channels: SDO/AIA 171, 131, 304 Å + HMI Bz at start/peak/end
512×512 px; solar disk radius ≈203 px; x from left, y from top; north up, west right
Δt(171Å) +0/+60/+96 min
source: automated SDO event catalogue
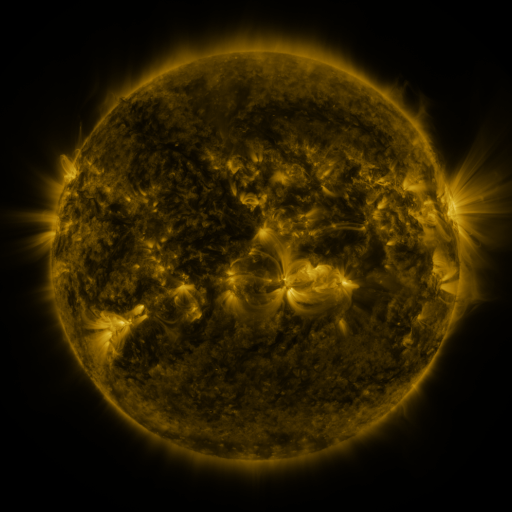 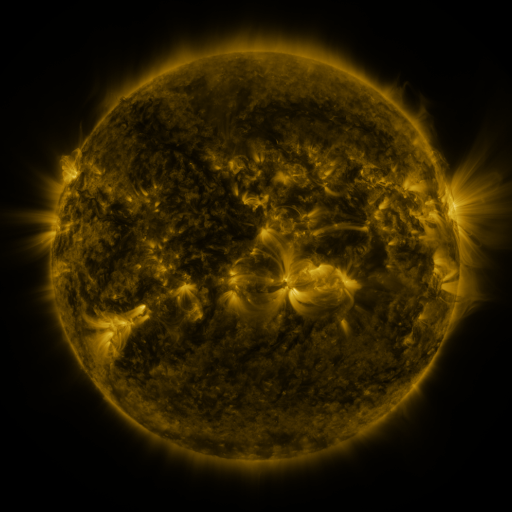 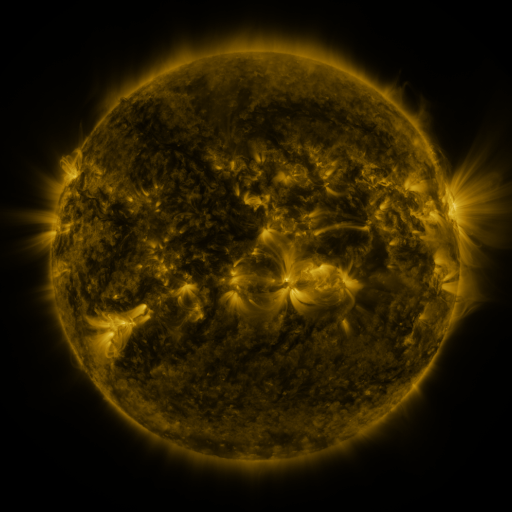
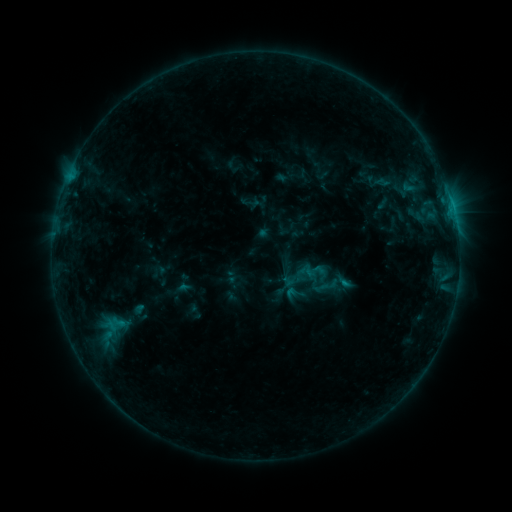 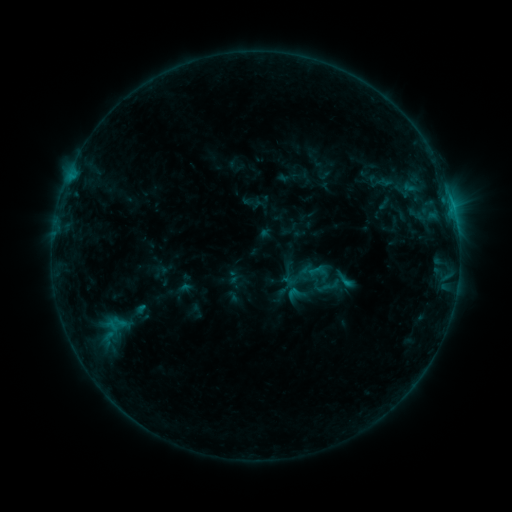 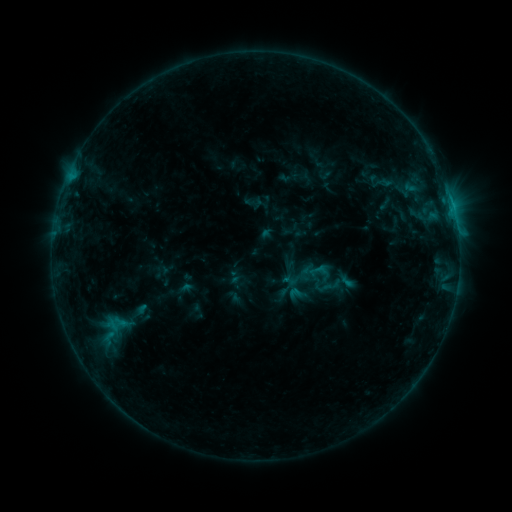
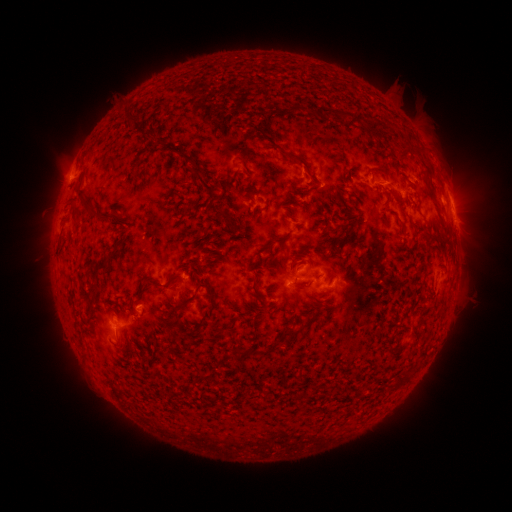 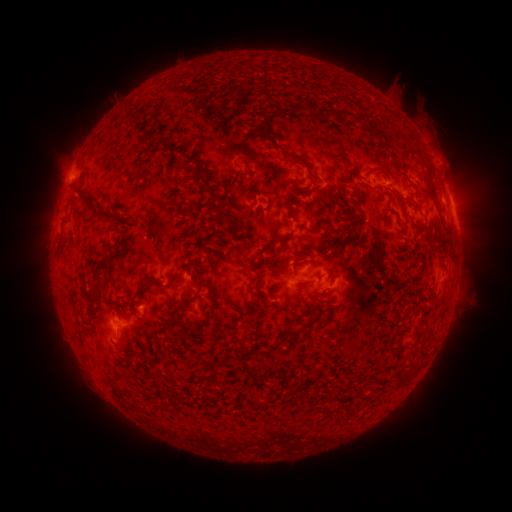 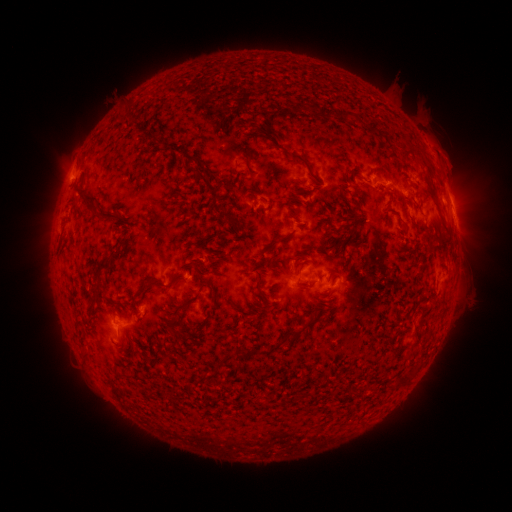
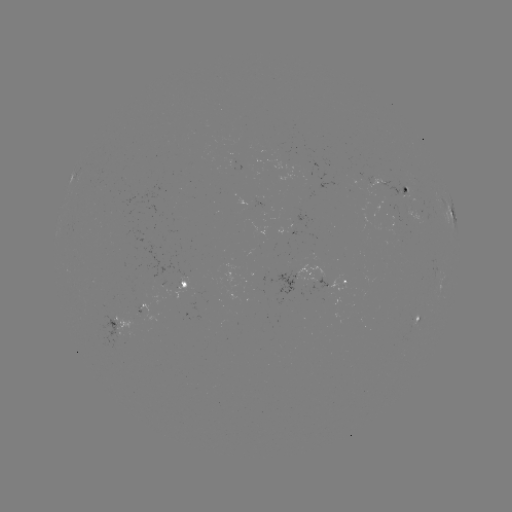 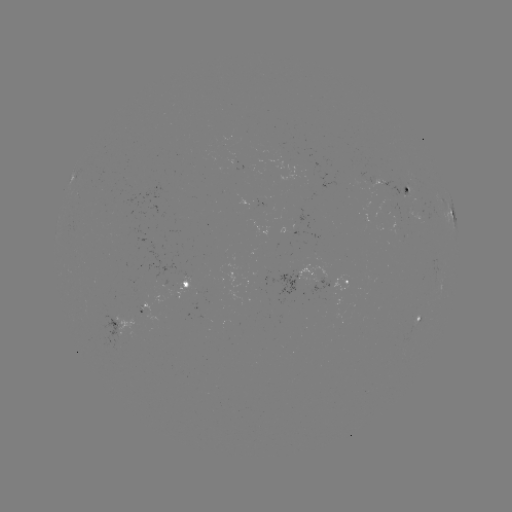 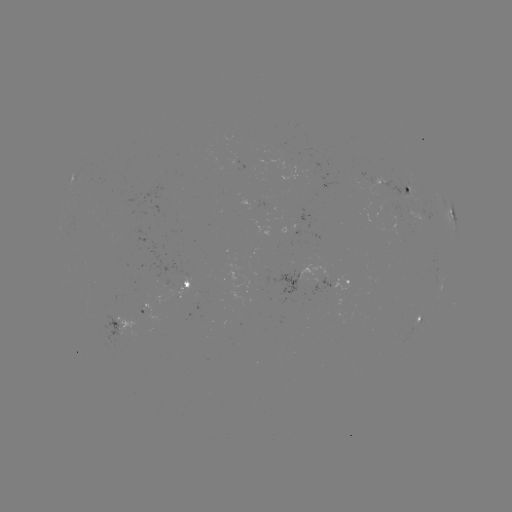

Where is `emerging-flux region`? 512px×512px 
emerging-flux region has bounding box [406, 208, 422, 224].